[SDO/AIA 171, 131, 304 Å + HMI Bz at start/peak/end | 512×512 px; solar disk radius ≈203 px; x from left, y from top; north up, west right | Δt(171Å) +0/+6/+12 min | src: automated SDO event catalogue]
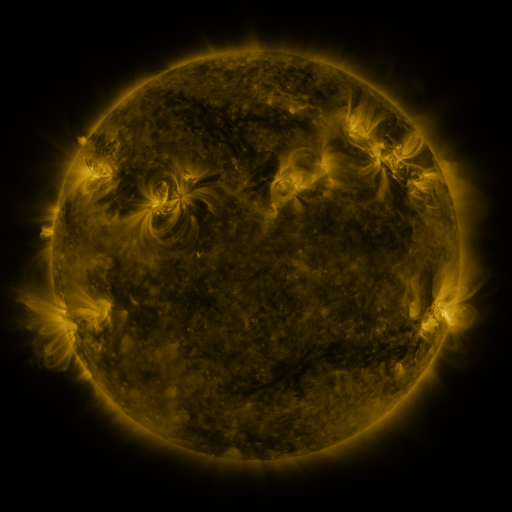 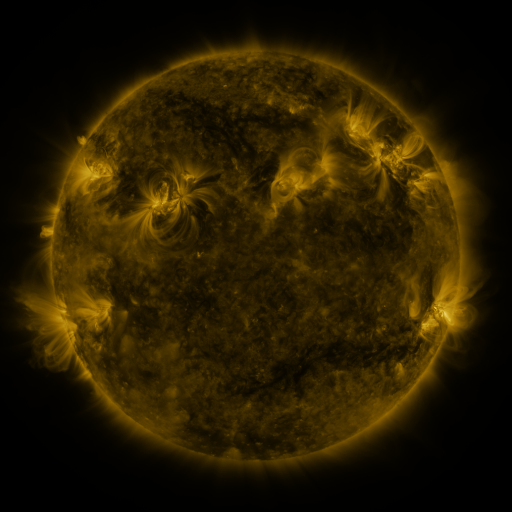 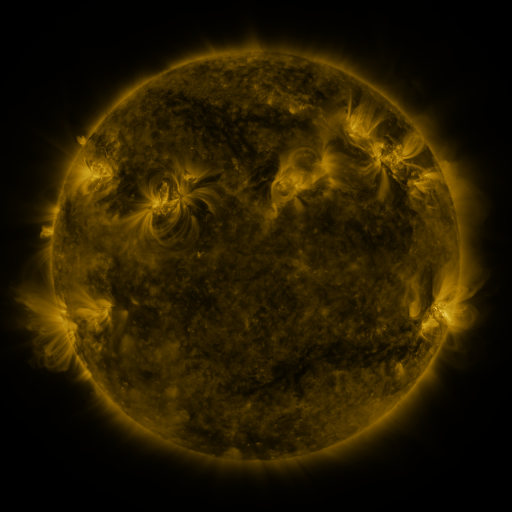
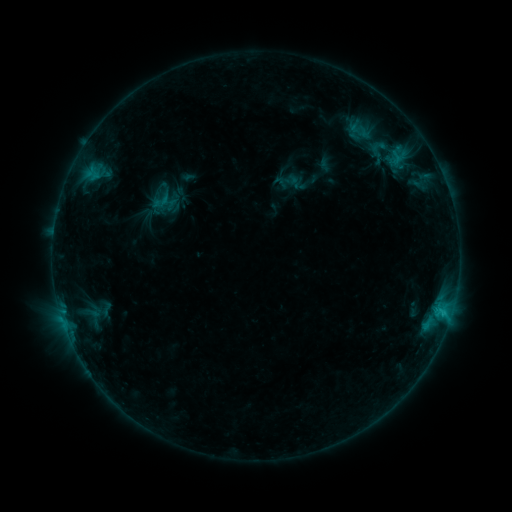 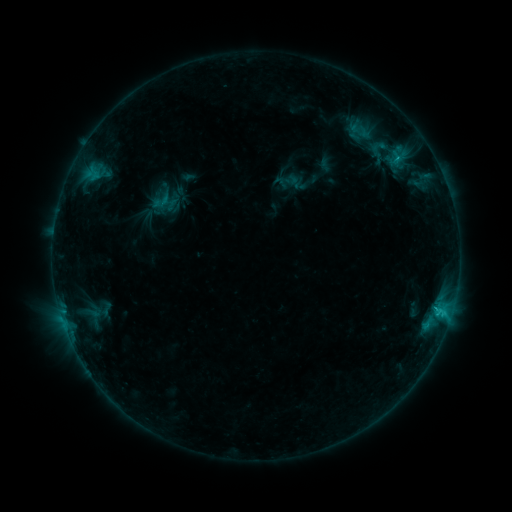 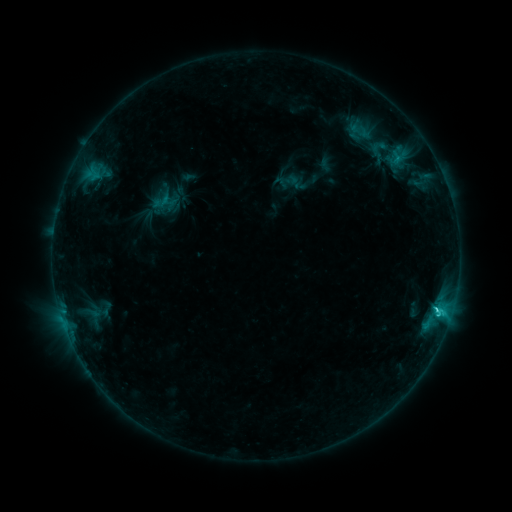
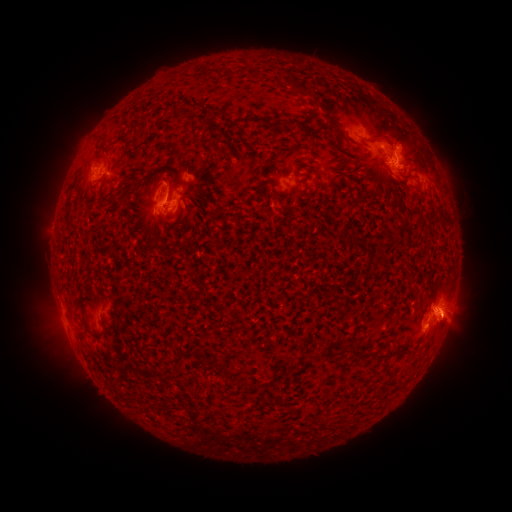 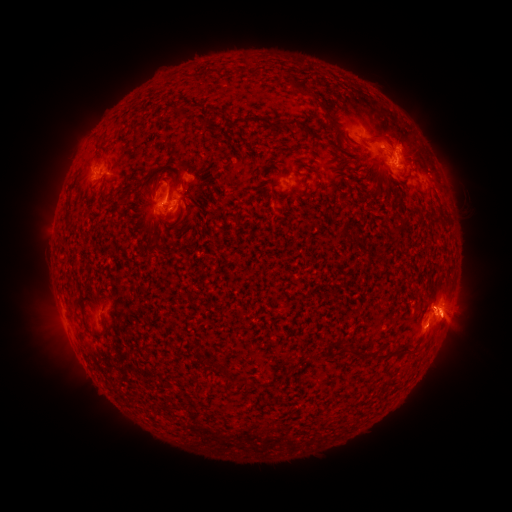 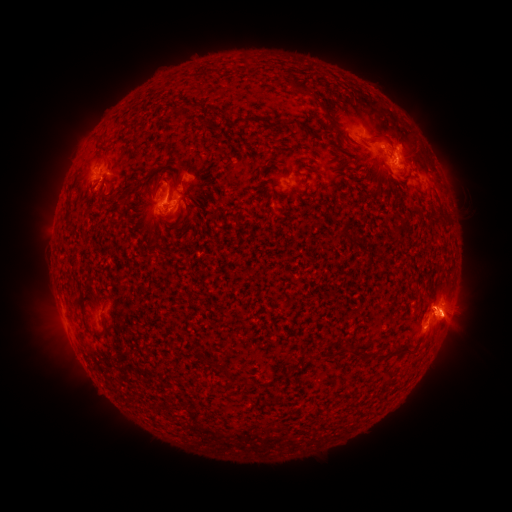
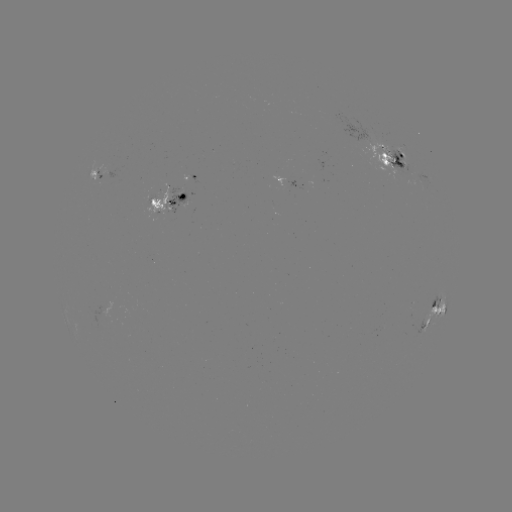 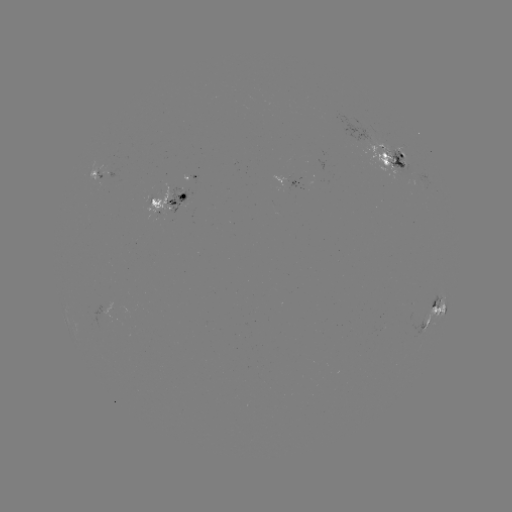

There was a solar eruption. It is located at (457, 326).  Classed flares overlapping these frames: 1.